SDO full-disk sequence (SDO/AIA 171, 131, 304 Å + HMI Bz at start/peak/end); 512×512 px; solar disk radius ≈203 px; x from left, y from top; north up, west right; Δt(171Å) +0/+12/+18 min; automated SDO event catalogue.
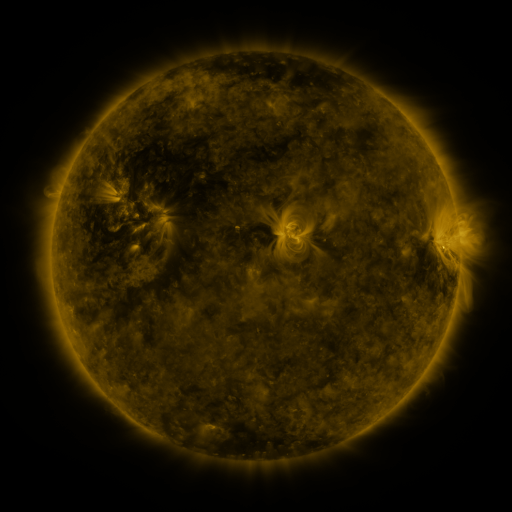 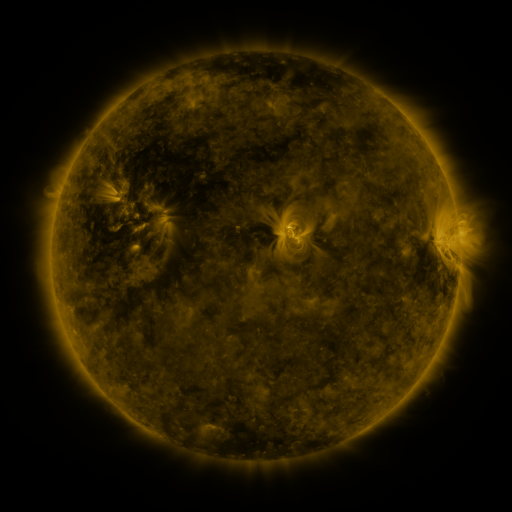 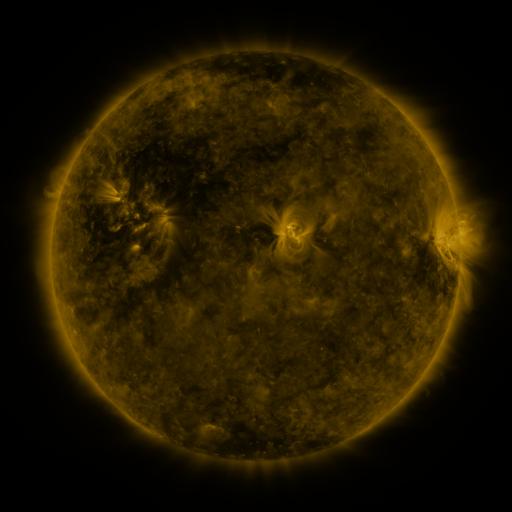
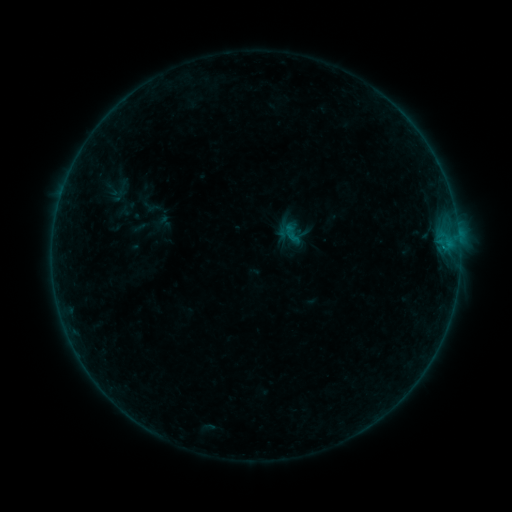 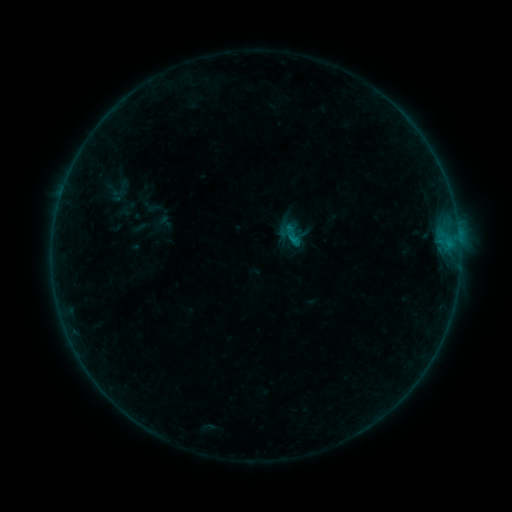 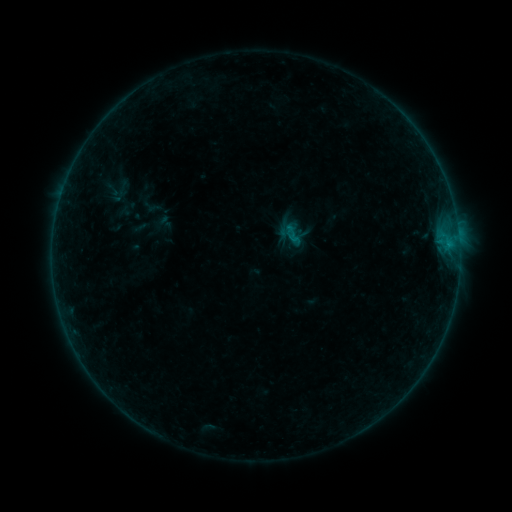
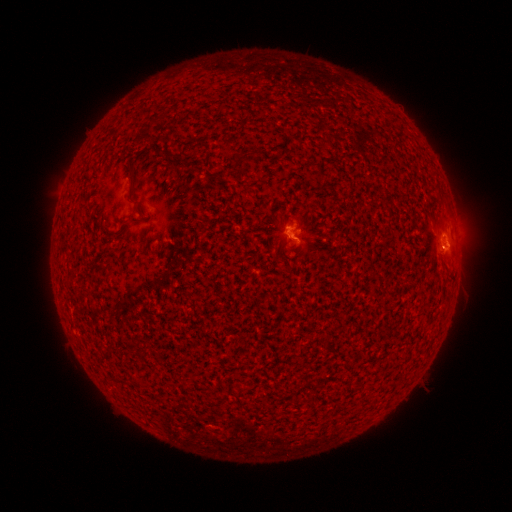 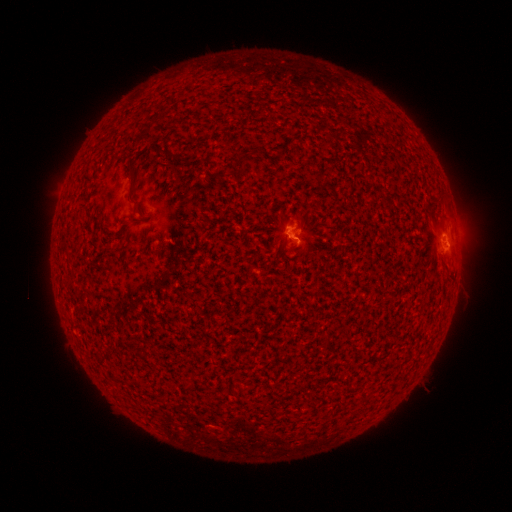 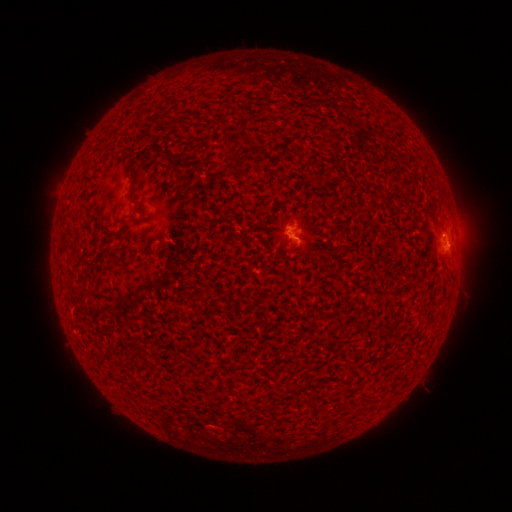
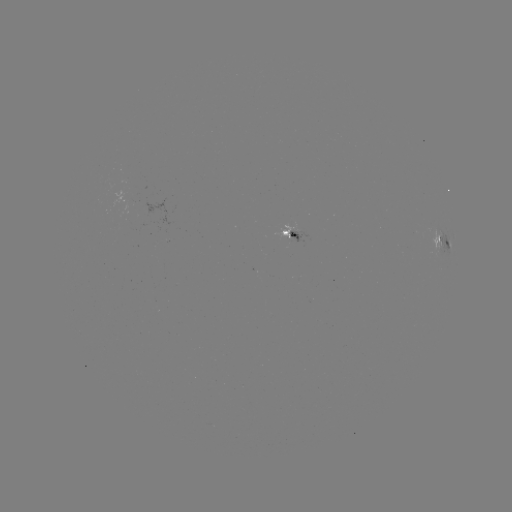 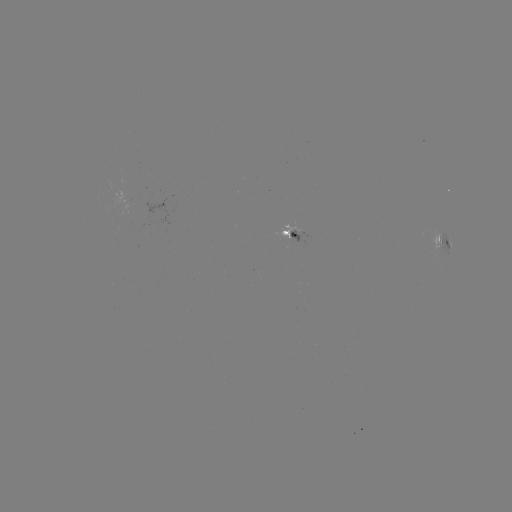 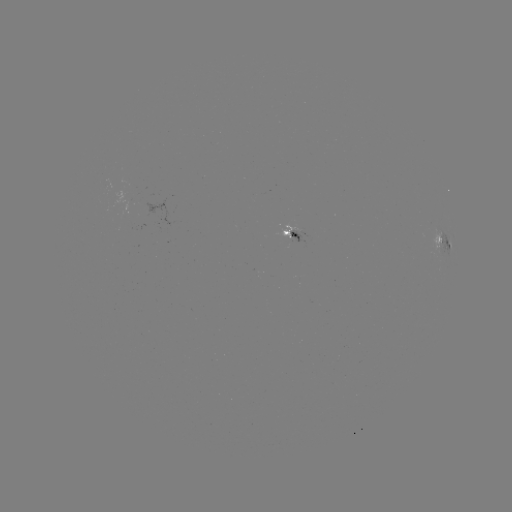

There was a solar flare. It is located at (287, 230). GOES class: B3.2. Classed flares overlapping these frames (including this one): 1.